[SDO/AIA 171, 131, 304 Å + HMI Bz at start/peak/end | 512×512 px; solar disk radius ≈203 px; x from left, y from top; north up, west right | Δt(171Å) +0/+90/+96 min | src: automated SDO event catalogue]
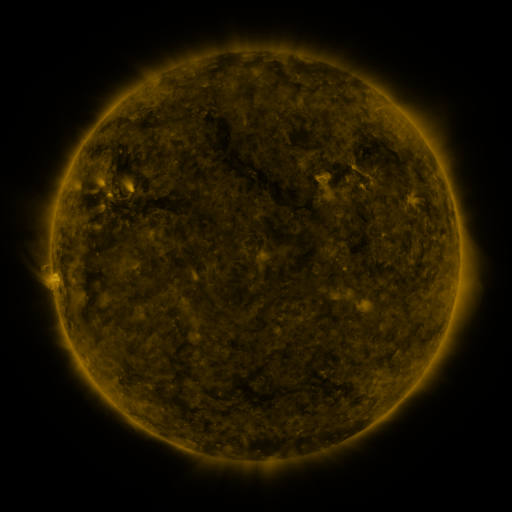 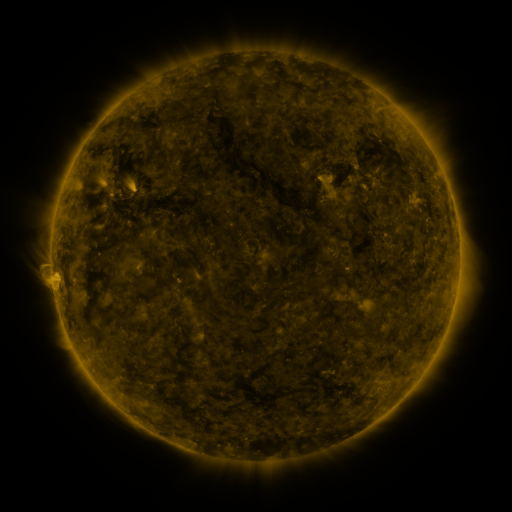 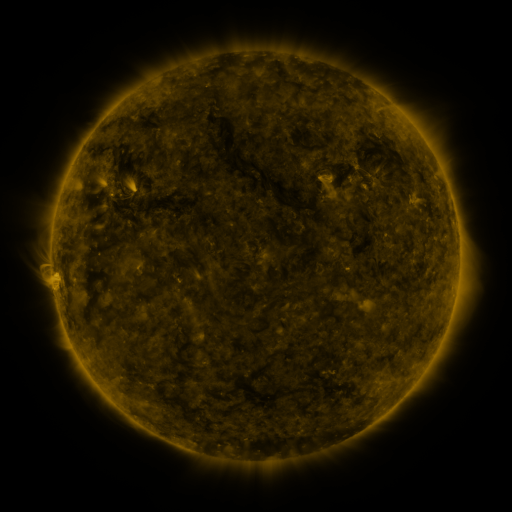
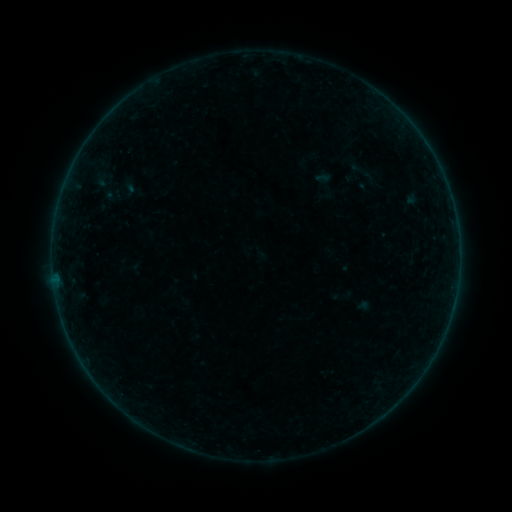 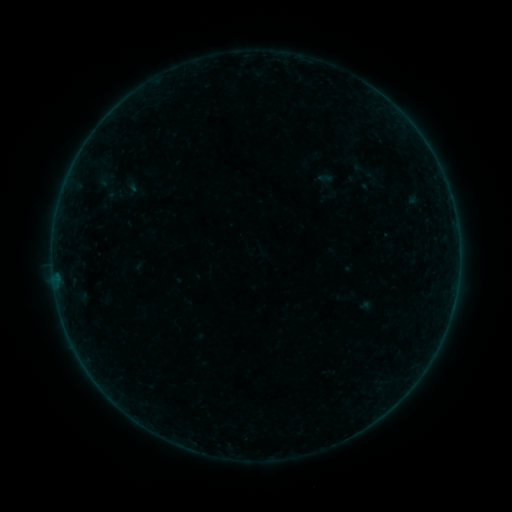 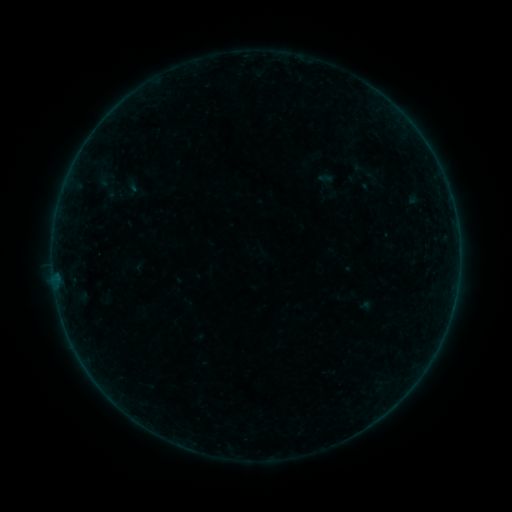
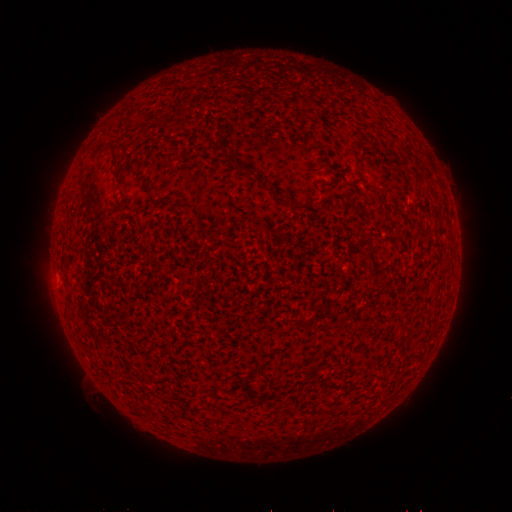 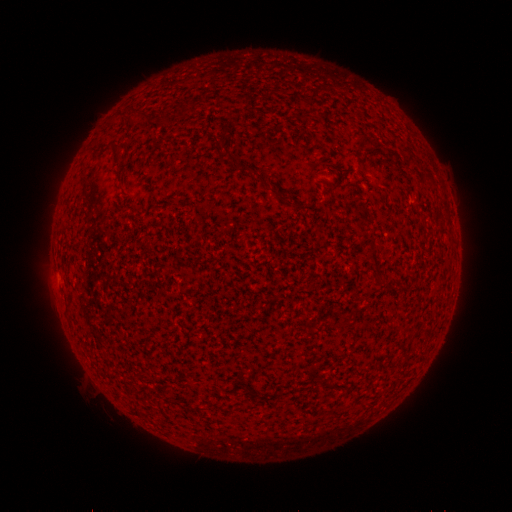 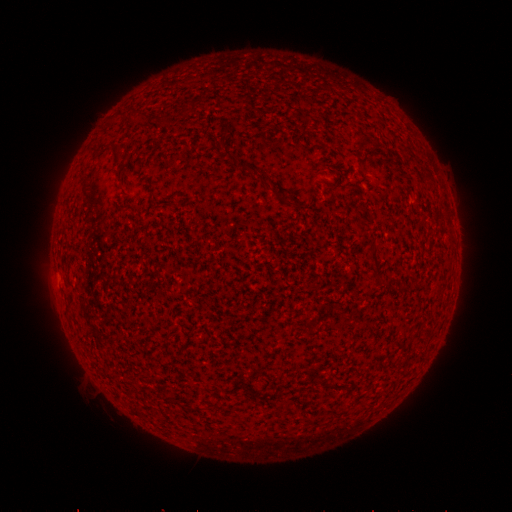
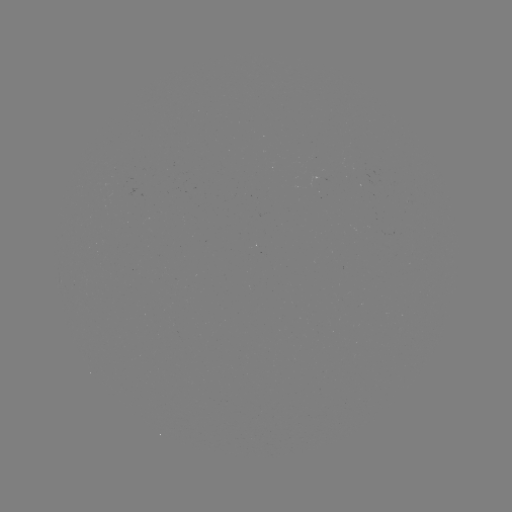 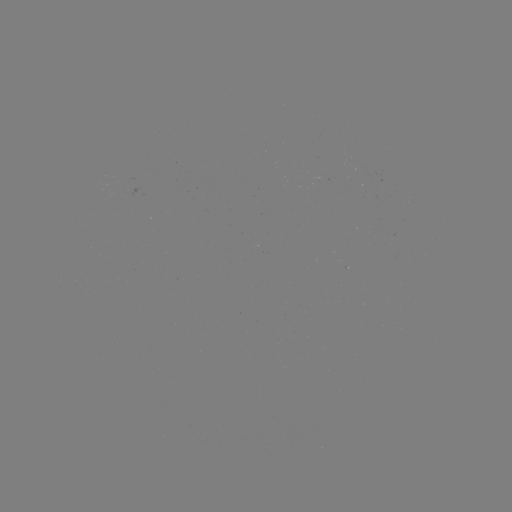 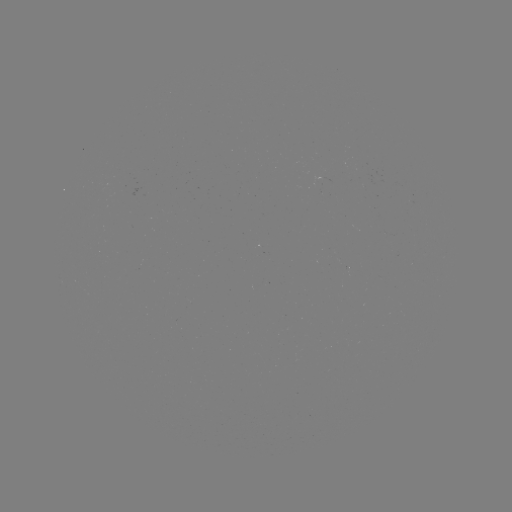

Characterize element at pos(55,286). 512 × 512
A4.7 flare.